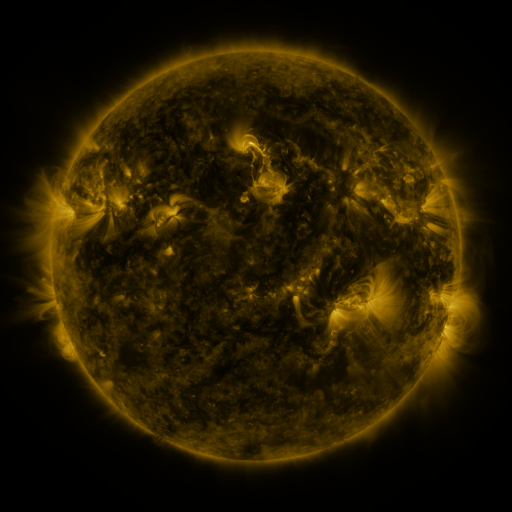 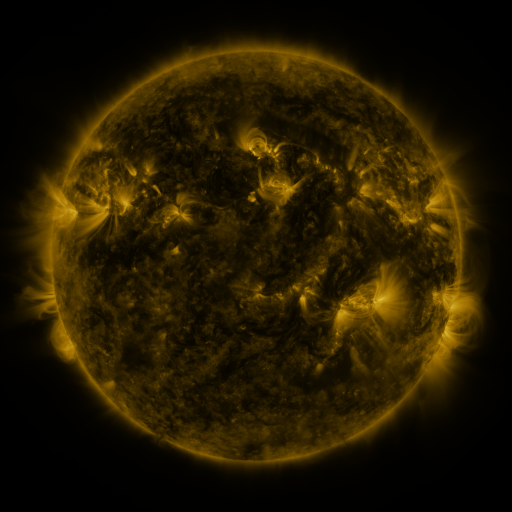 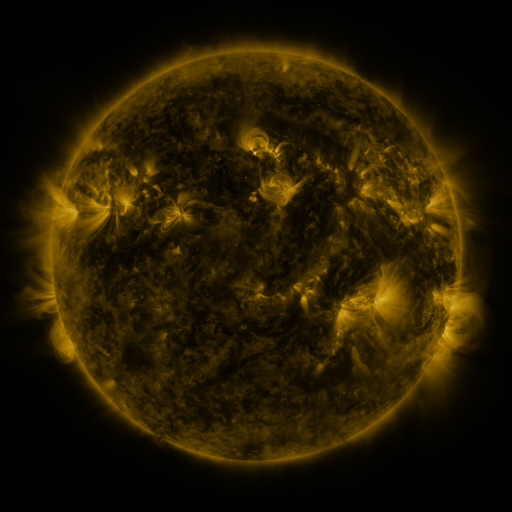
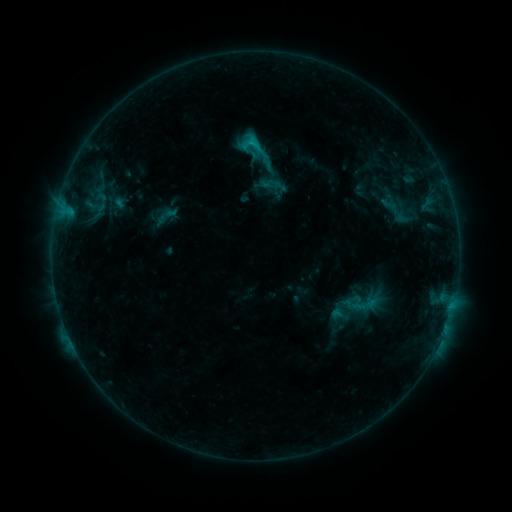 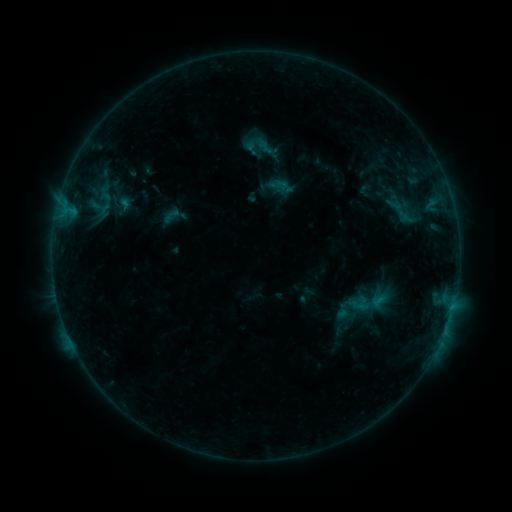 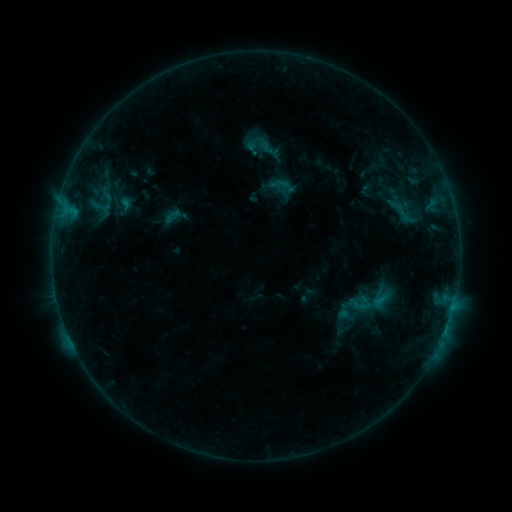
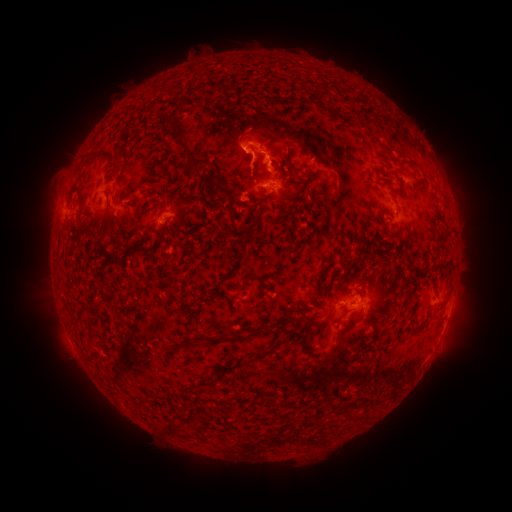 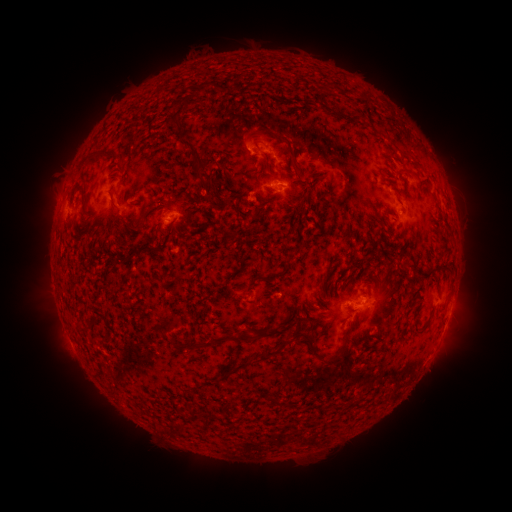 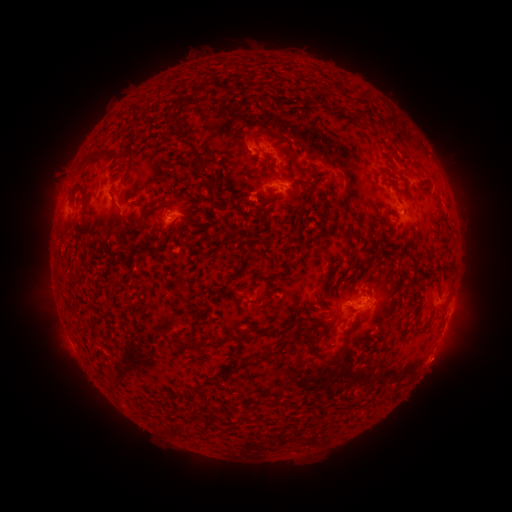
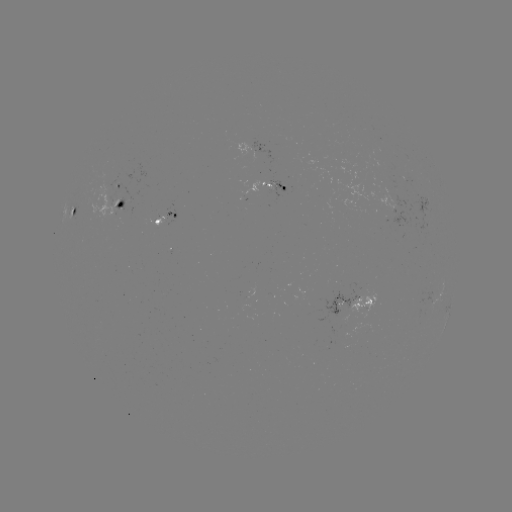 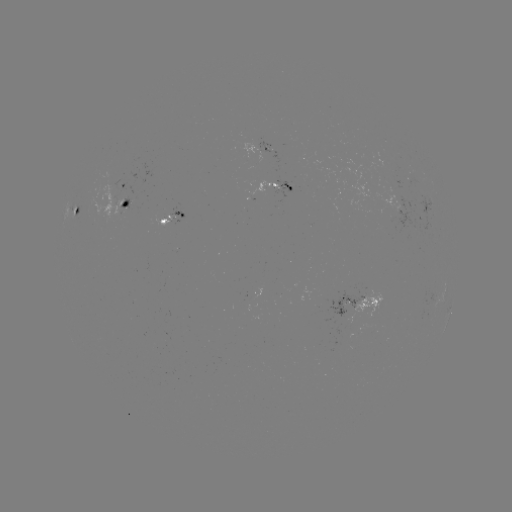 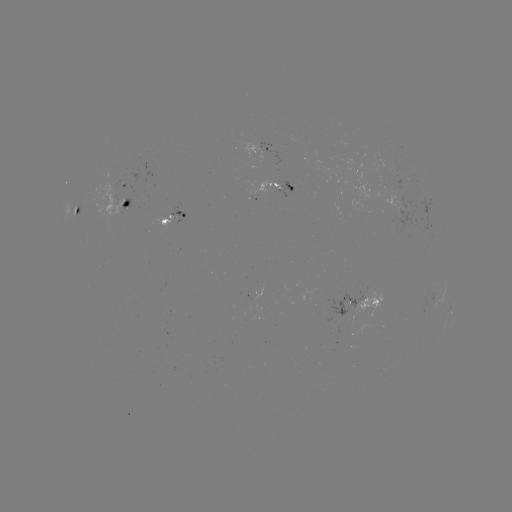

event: emerging-flux region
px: (269, 149)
